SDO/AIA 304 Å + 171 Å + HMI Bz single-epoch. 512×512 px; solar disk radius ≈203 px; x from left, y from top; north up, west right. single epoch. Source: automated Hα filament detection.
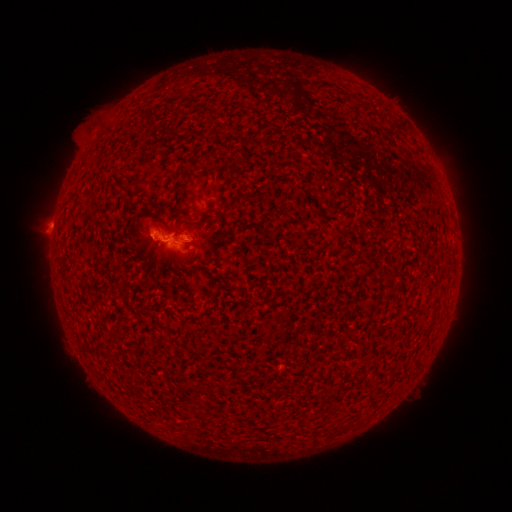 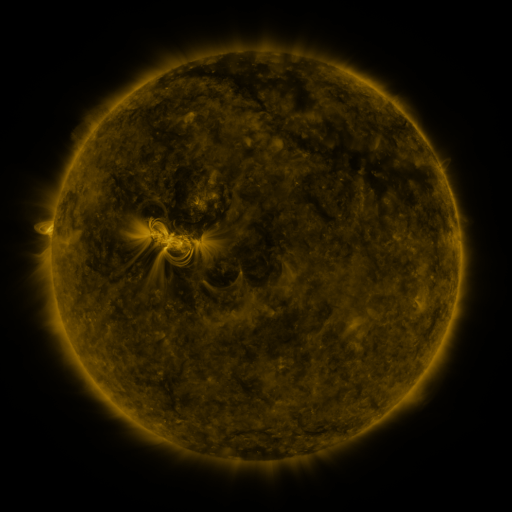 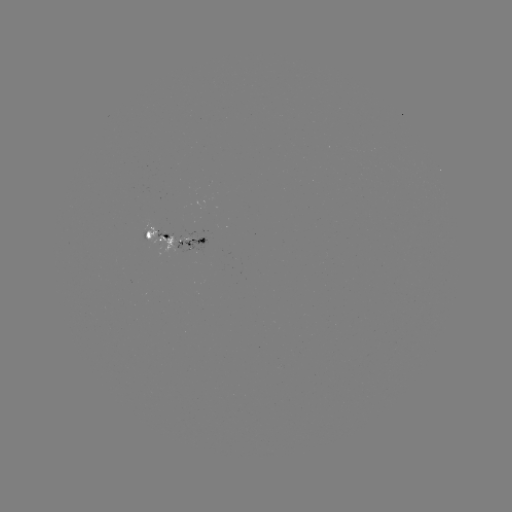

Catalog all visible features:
filament: [135, 227, 144, 235]
filament: [117, 283, 128, 291]
filament: [333, 424, 344, 433]
